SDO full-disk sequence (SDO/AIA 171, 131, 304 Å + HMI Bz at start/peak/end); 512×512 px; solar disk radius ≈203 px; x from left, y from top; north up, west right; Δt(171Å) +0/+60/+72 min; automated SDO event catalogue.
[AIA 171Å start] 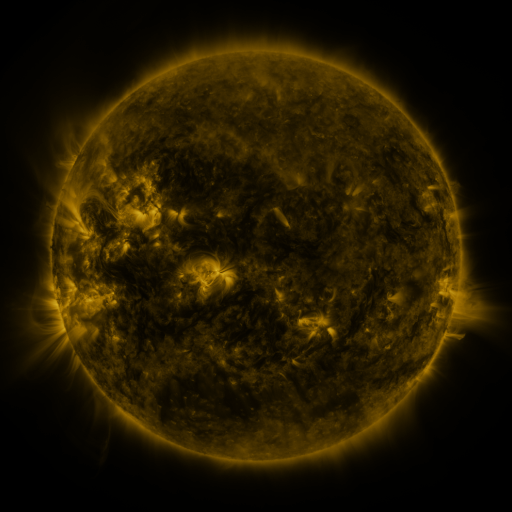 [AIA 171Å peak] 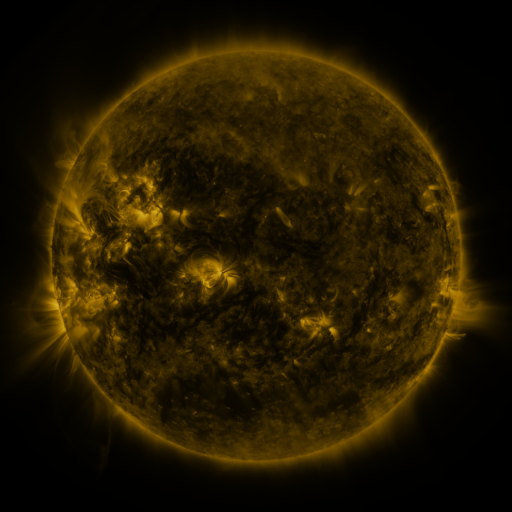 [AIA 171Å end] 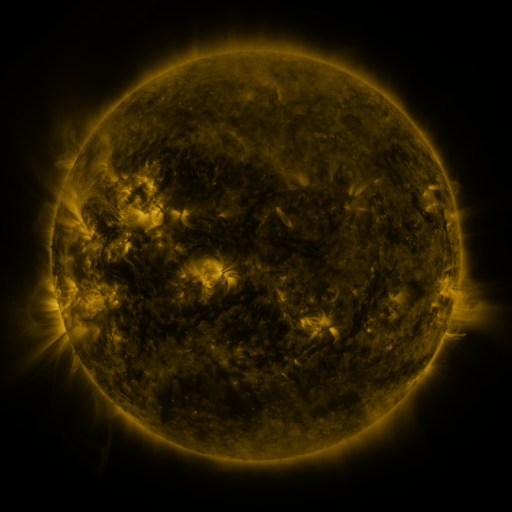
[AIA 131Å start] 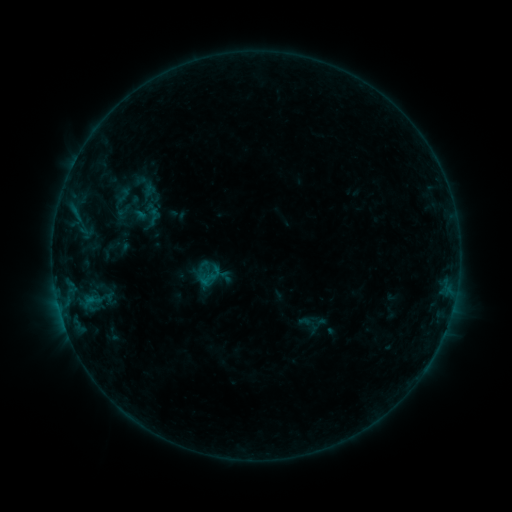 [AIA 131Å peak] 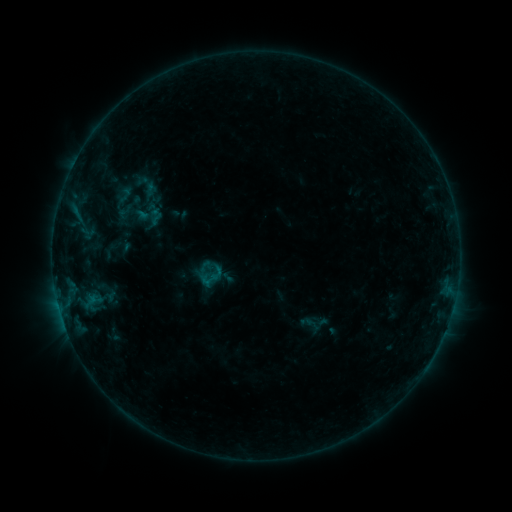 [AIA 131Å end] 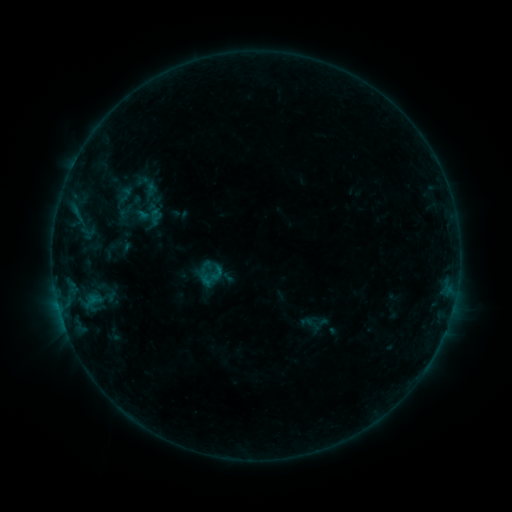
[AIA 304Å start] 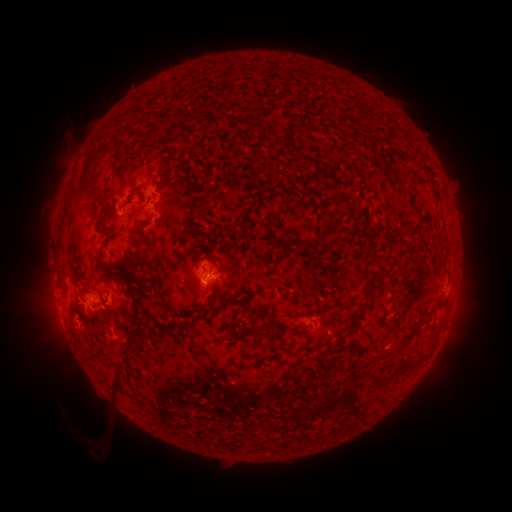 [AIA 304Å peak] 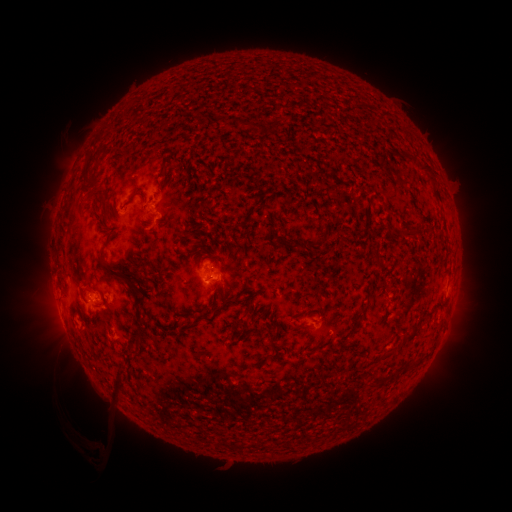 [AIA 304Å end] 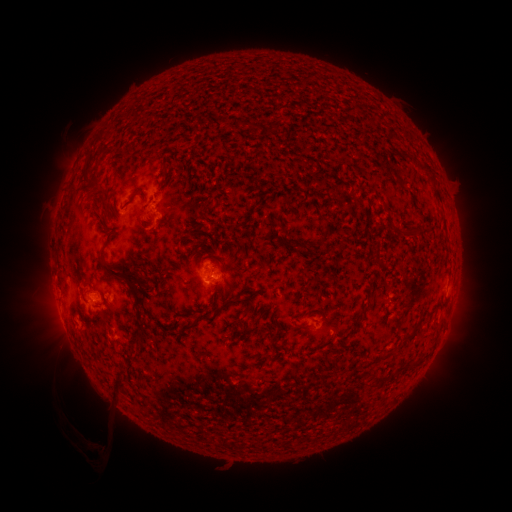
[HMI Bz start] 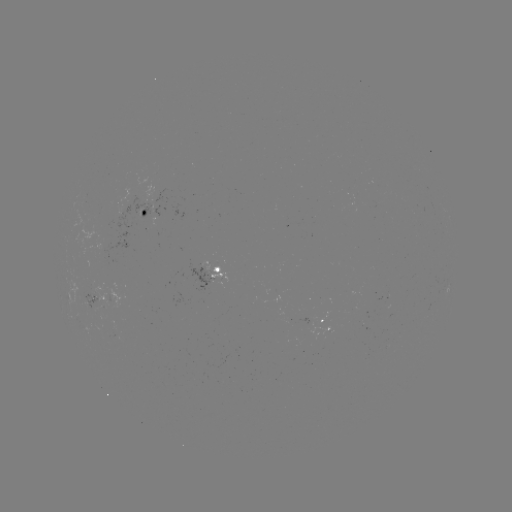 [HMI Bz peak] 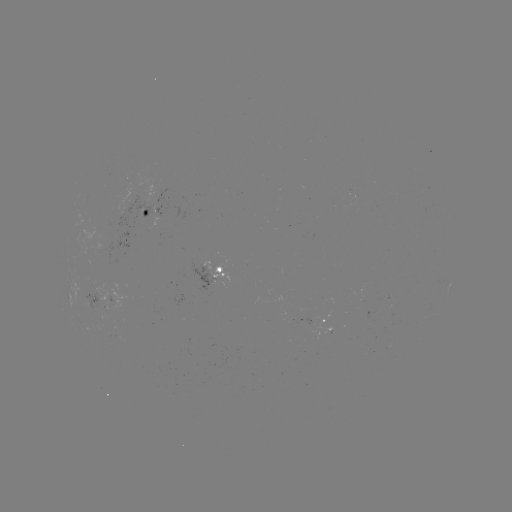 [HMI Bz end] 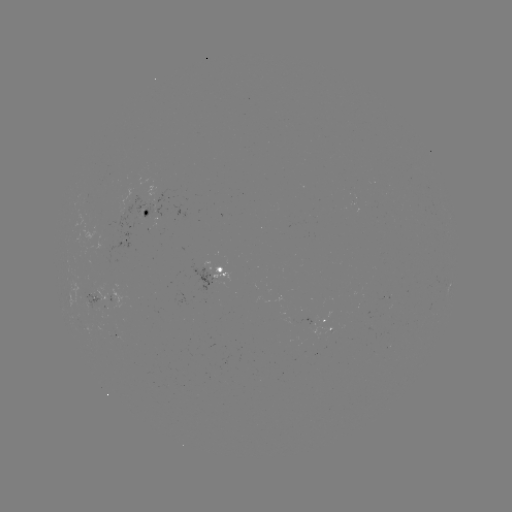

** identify emerging-flux region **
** [93, 296] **